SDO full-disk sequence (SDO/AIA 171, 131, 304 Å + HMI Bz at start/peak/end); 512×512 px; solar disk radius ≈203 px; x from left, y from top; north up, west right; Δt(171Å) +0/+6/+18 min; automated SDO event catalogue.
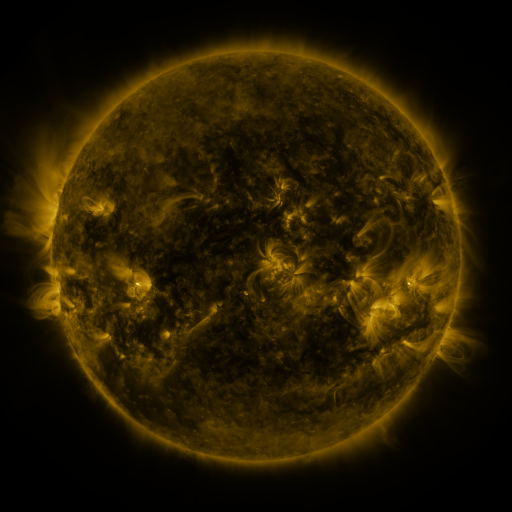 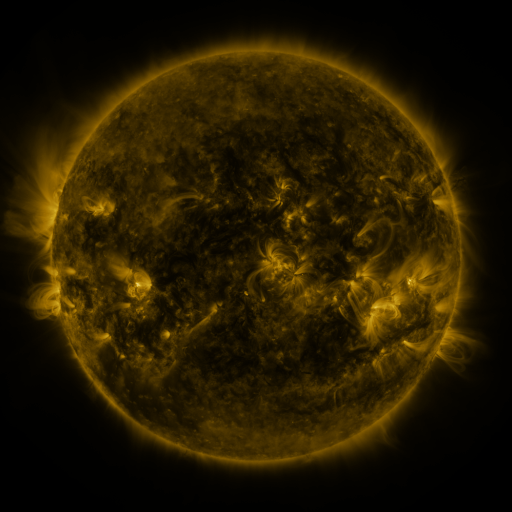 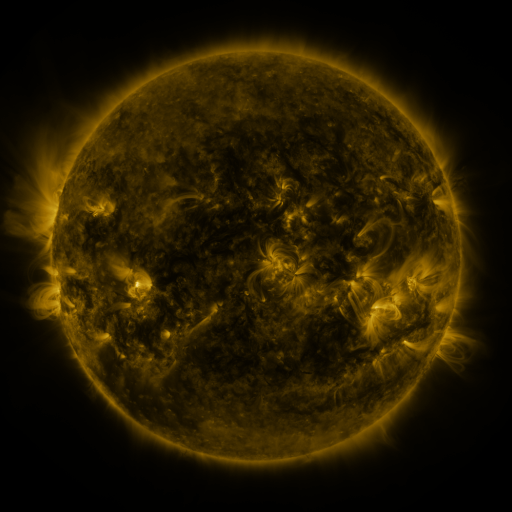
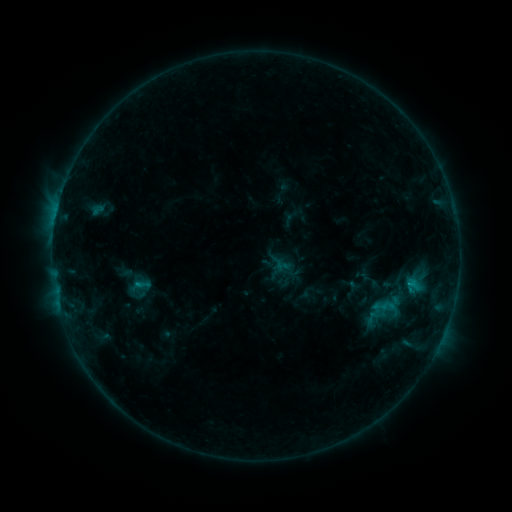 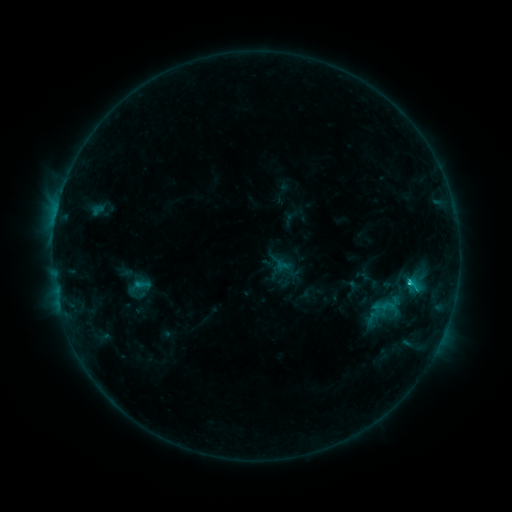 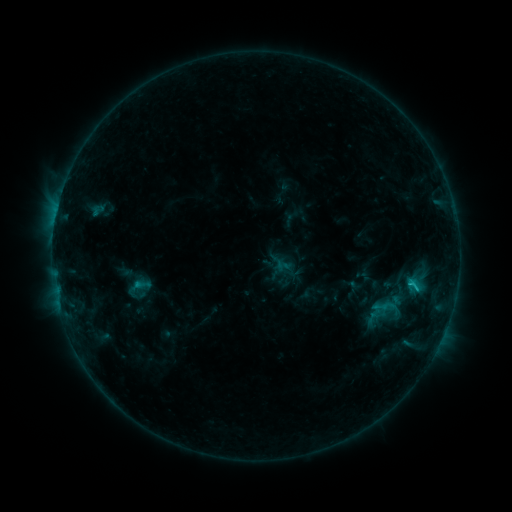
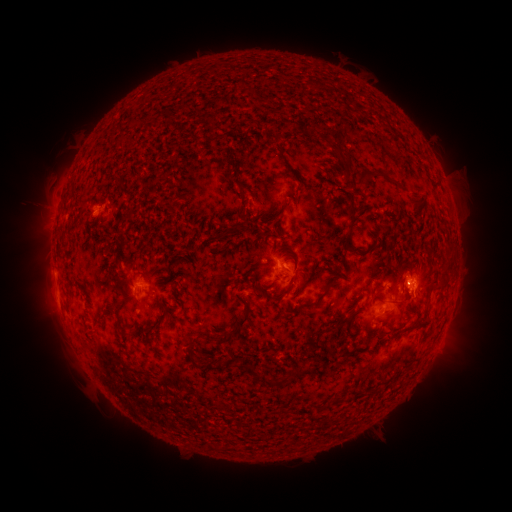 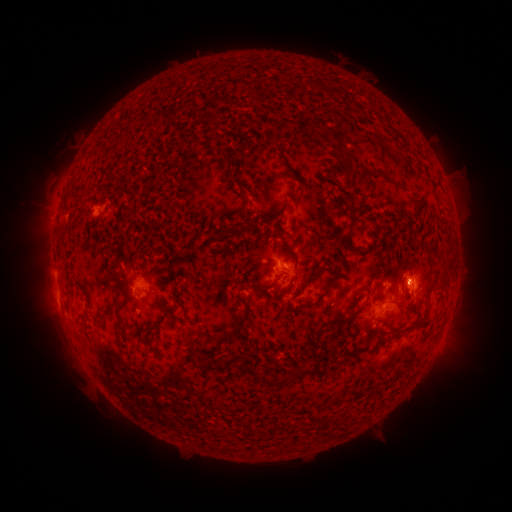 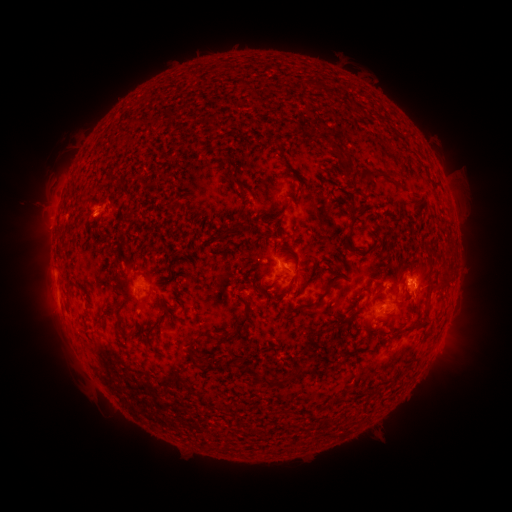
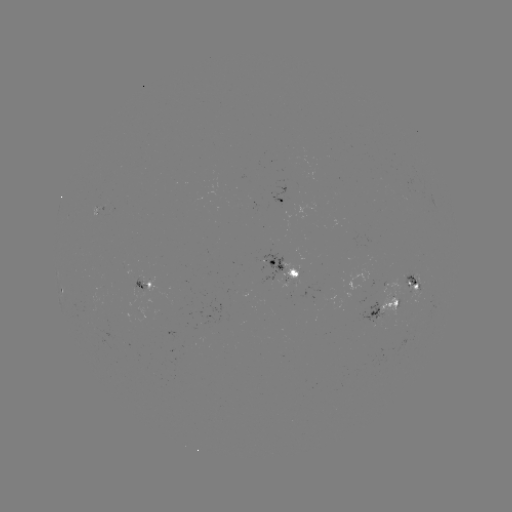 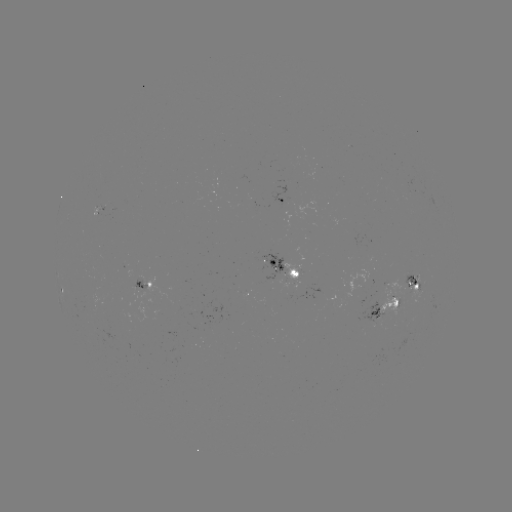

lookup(C1.2 flare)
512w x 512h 407,278